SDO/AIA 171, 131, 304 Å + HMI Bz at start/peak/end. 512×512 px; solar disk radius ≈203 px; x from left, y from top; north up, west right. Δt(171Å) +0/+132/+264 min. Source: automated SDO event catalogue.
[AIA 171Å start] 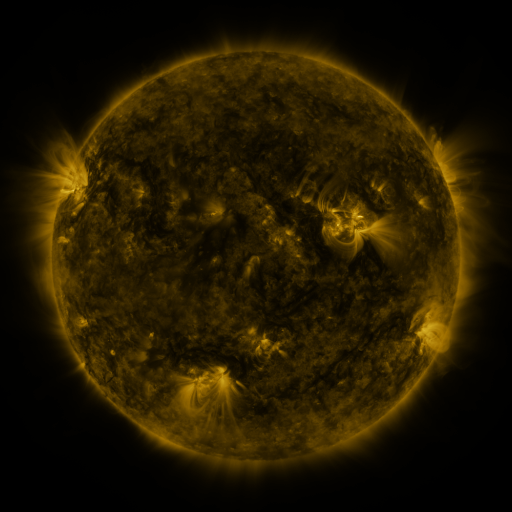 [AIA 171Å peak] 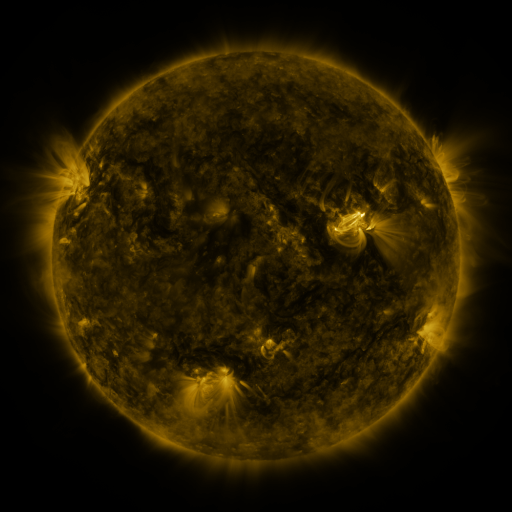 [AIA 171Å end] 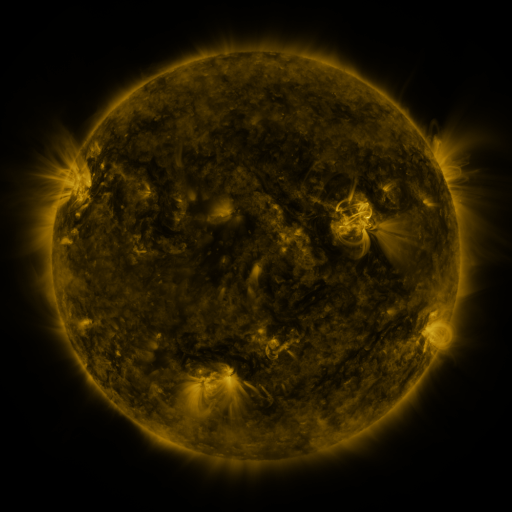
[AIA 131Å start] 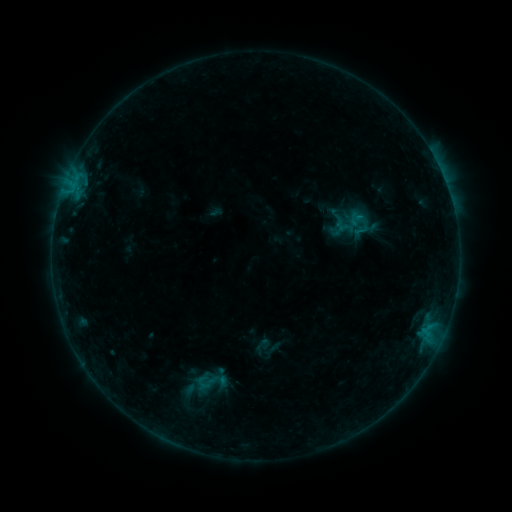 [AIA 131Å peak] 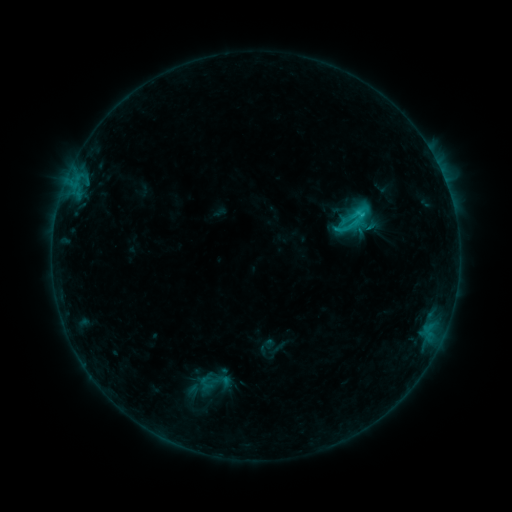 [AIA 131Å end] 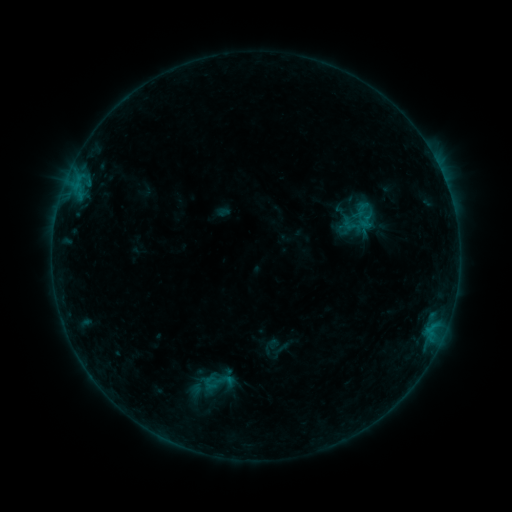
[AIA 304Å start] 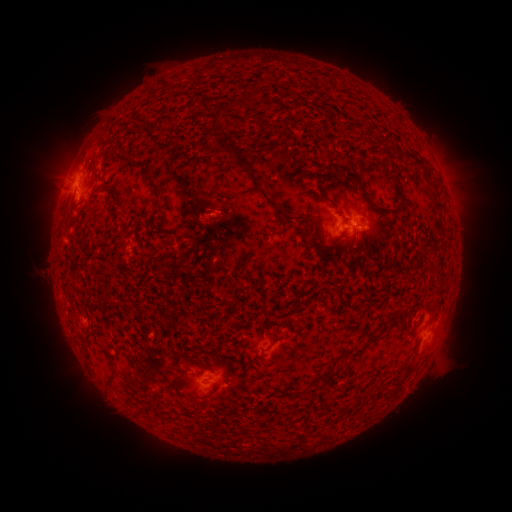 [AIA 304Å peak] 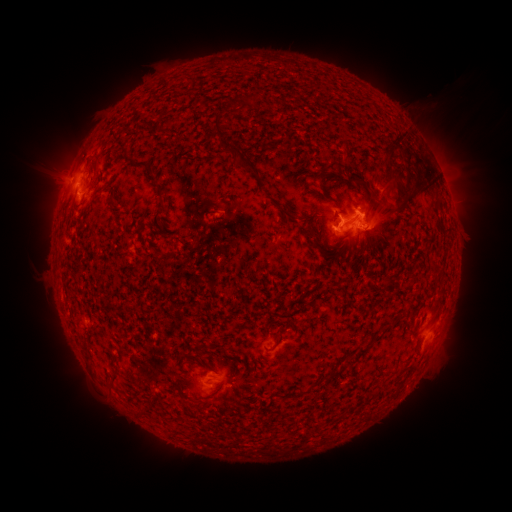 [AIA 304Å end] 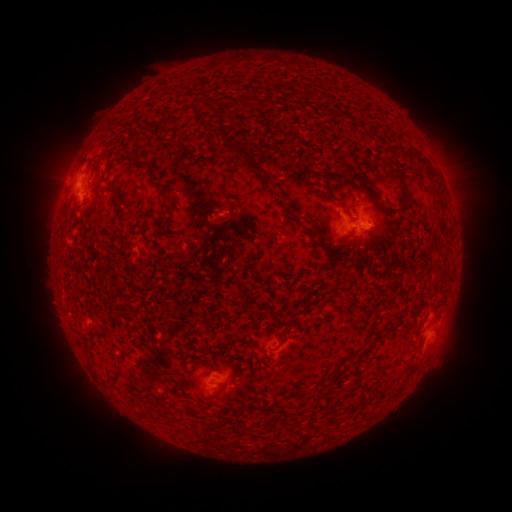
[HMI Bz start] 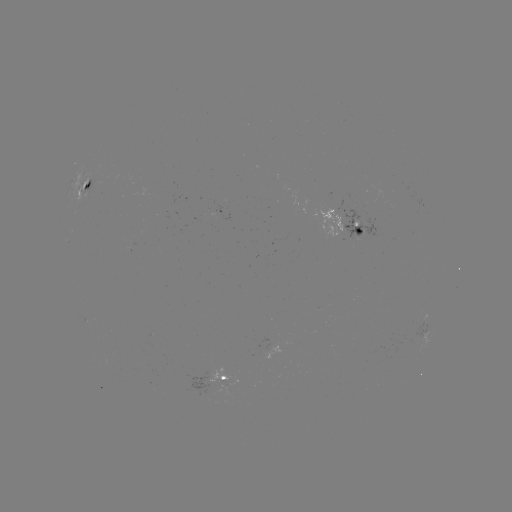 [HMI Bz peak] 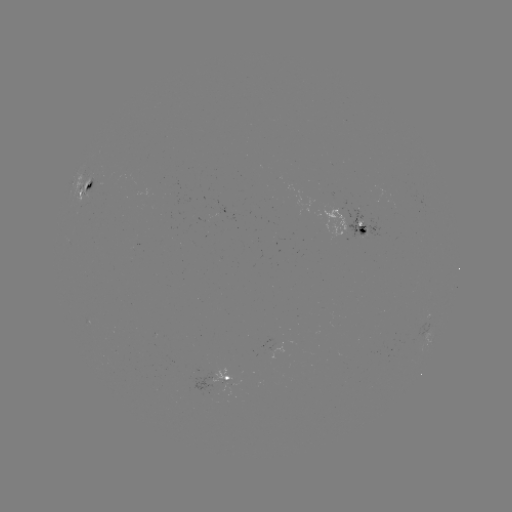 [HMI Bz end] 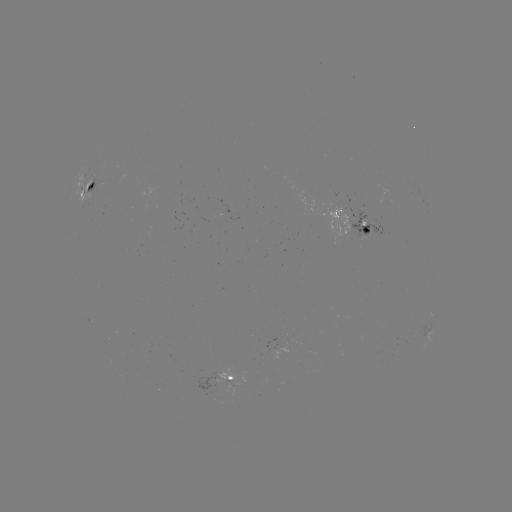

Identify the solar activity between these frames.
filament eruption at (404, 169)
